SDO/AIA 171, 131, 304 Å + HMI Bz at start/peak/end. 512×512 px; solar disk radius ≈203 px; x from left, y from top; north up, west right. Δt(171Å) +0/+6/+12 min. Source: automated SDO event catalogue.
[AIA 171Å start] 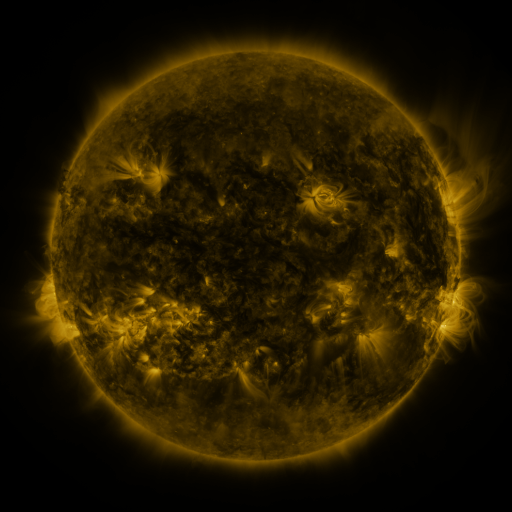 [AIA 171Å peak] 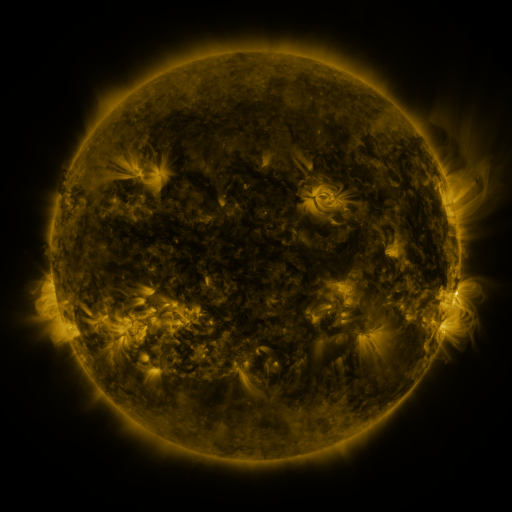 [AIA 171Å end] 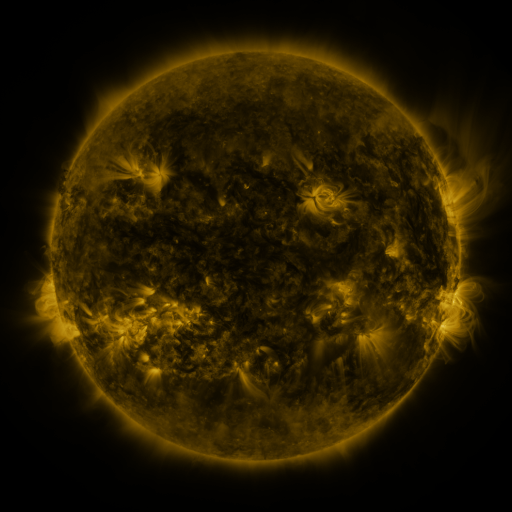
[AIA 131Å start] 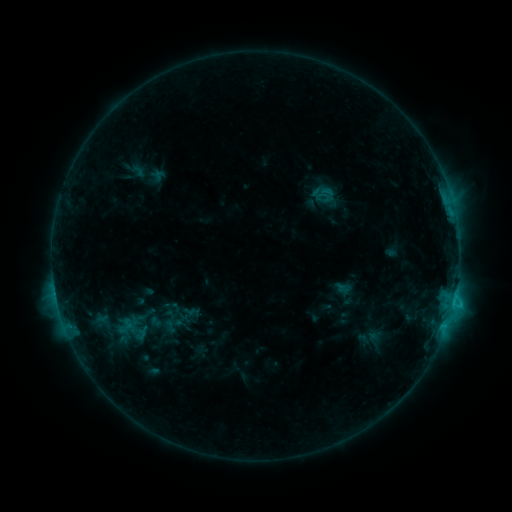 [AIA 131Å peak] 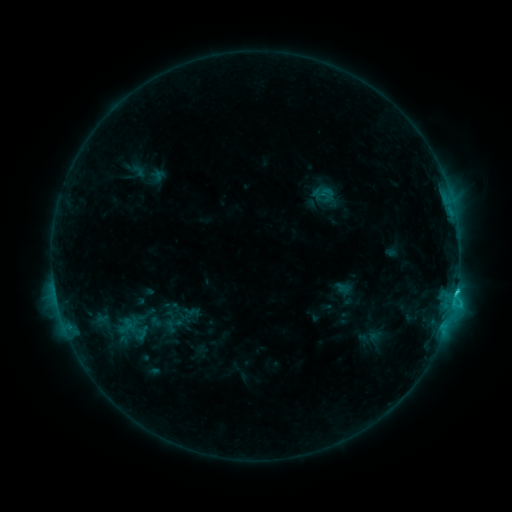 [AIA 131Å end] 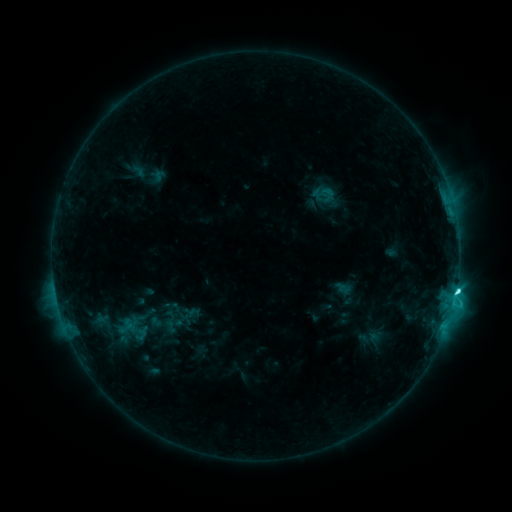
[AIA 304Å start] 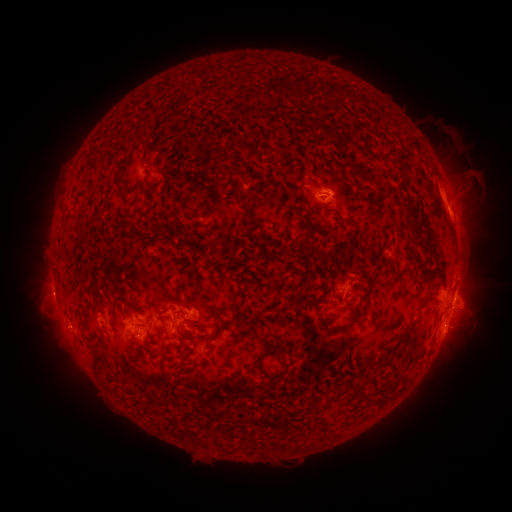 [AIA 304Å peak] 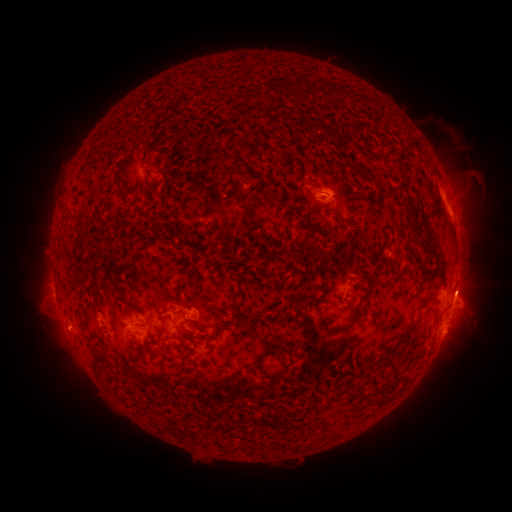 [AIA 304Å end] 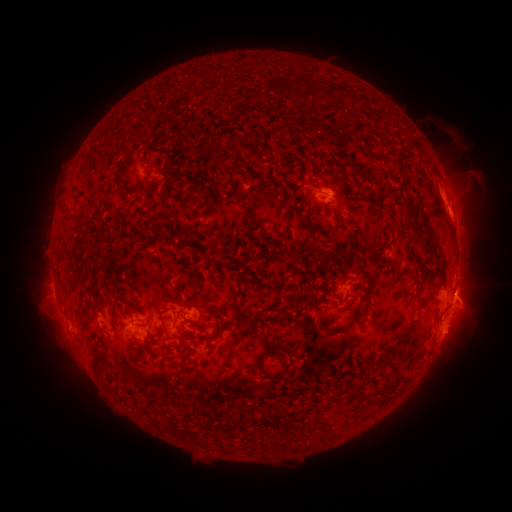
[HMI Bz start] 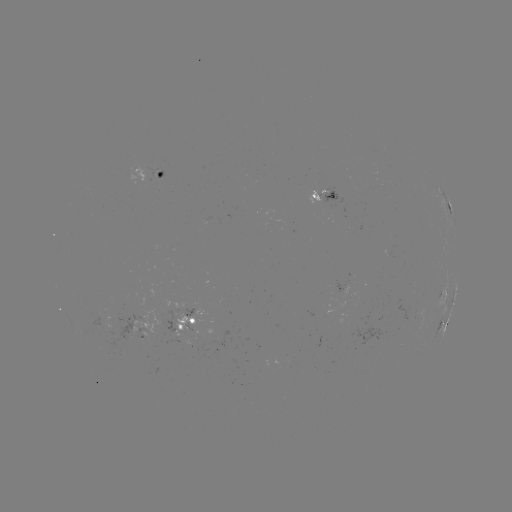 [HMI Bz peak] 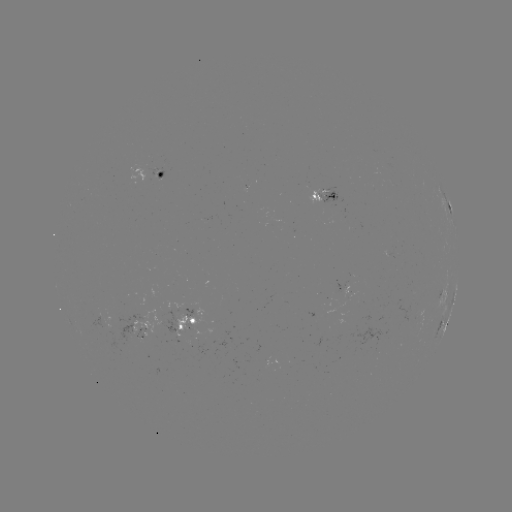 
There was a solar eruption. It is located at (470, 286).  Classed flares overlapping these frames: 1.